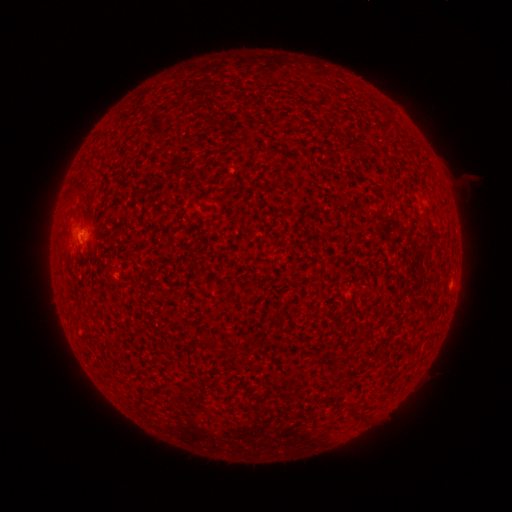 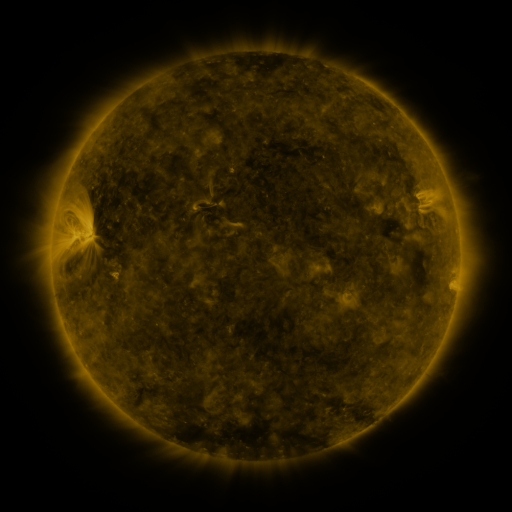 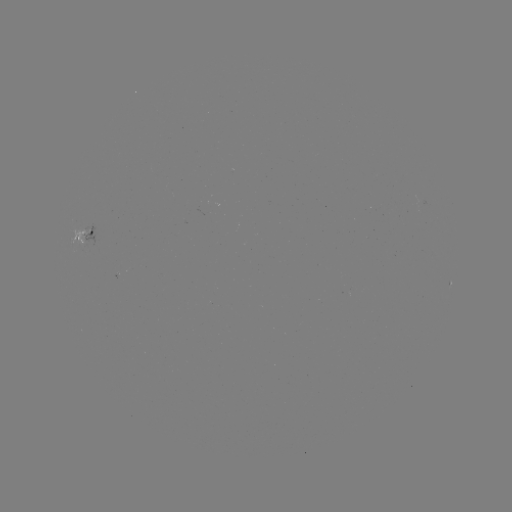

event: spotted active region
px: (87, 231)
